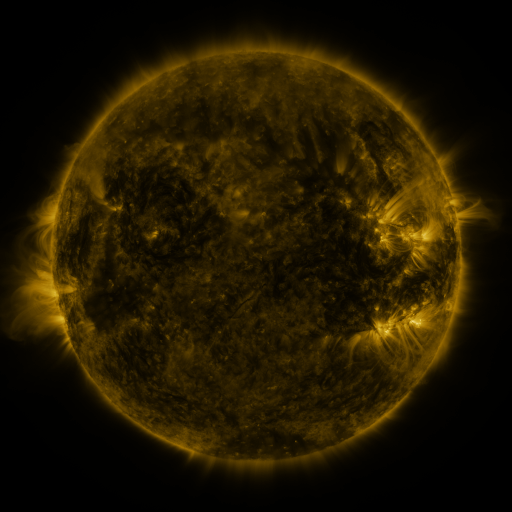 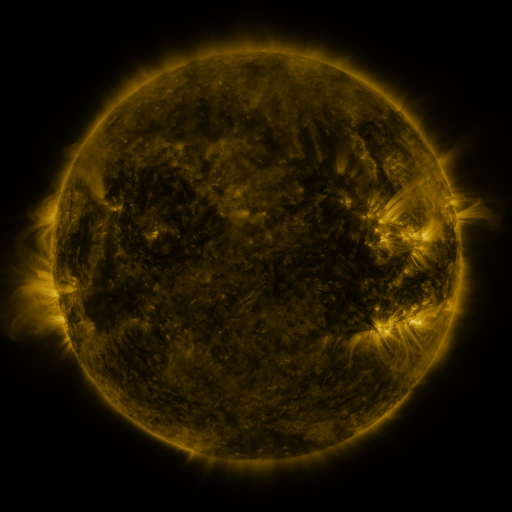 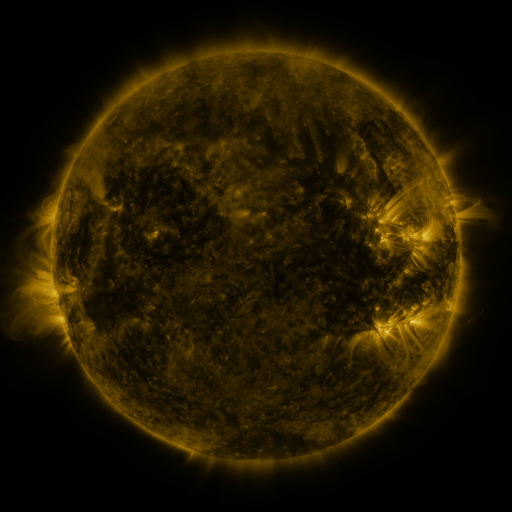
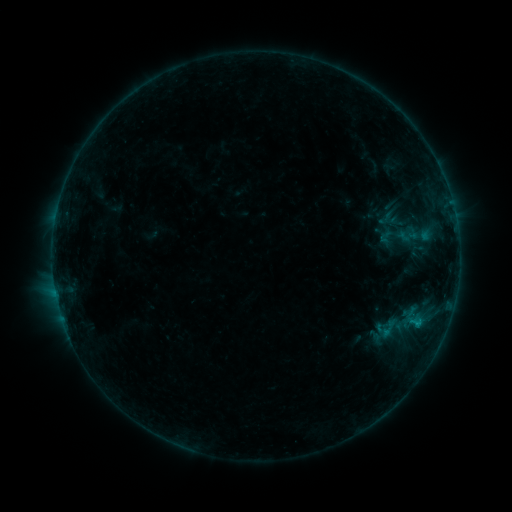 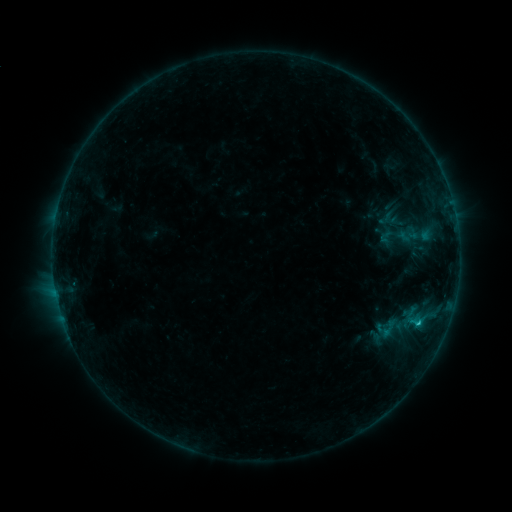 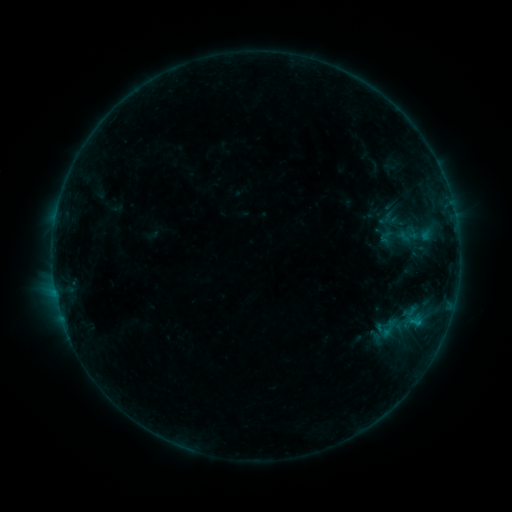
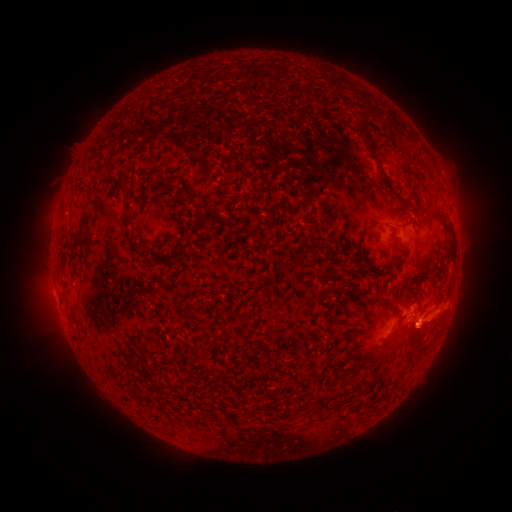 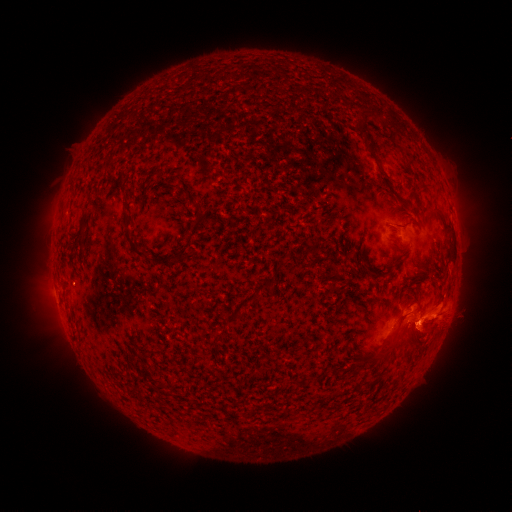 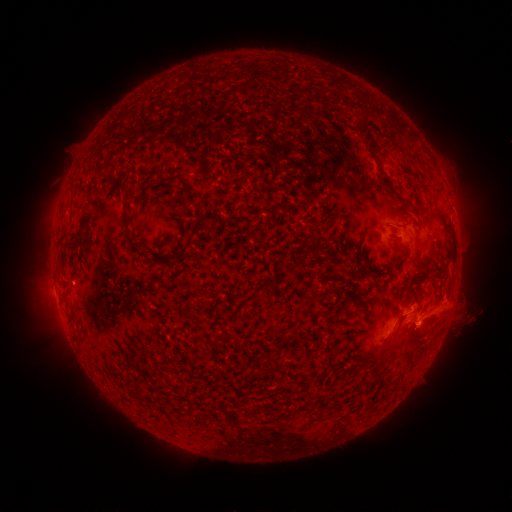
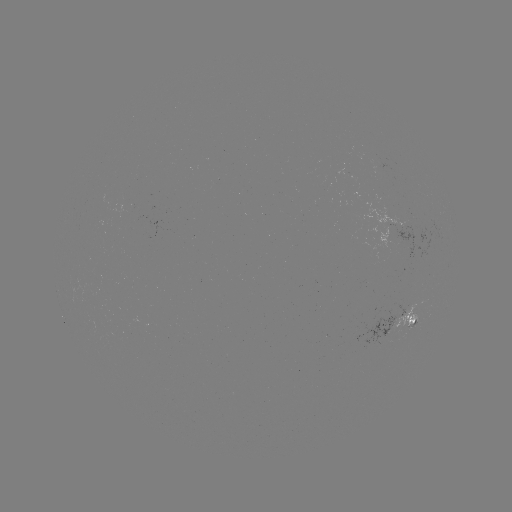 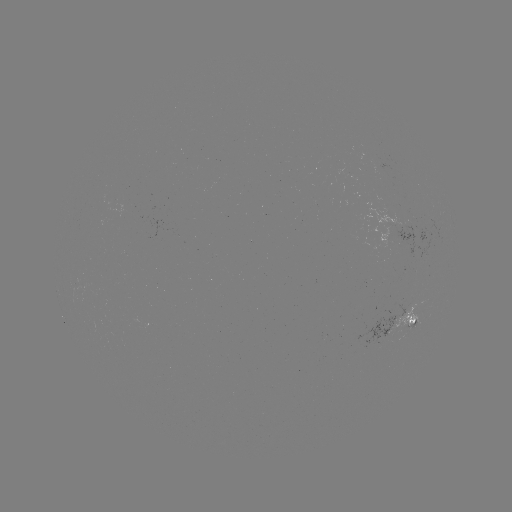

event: flare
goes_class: B5.8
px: (418, 320)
